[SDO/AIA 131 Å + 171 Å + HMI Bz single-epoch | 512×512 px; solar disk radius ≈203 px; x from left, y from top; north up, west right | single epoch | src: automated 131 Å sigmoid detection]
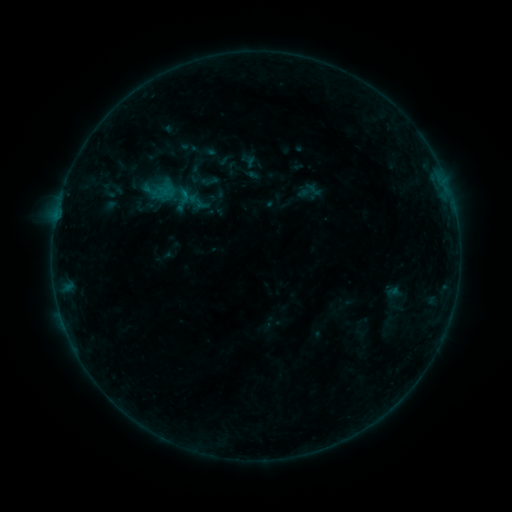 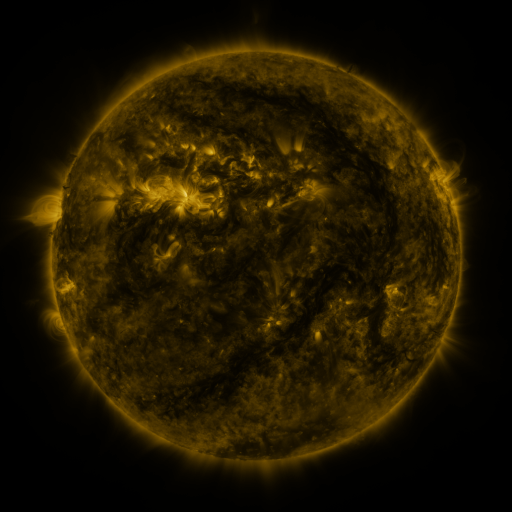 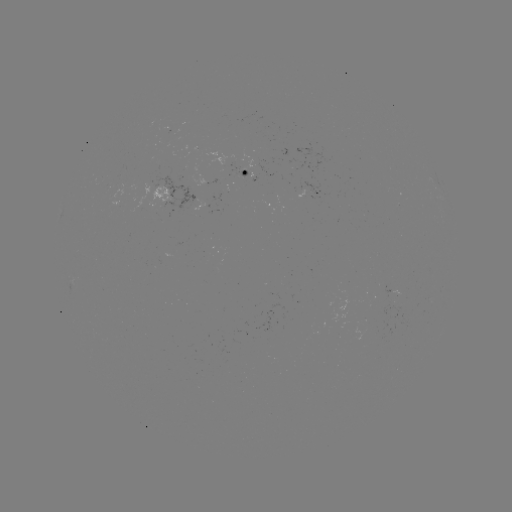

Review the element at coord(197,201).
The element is sigmoid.